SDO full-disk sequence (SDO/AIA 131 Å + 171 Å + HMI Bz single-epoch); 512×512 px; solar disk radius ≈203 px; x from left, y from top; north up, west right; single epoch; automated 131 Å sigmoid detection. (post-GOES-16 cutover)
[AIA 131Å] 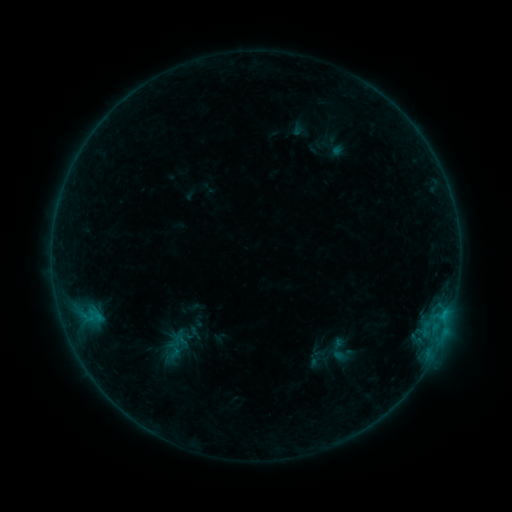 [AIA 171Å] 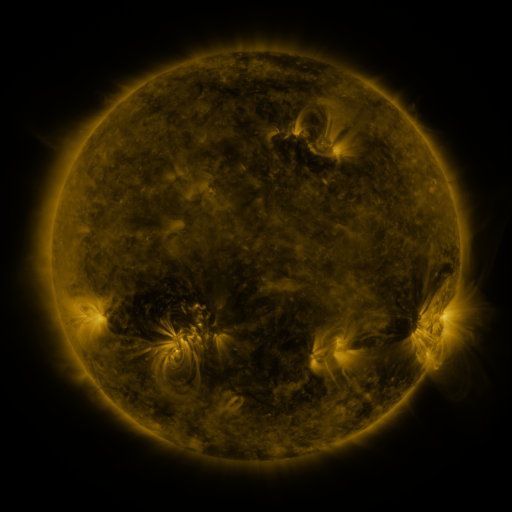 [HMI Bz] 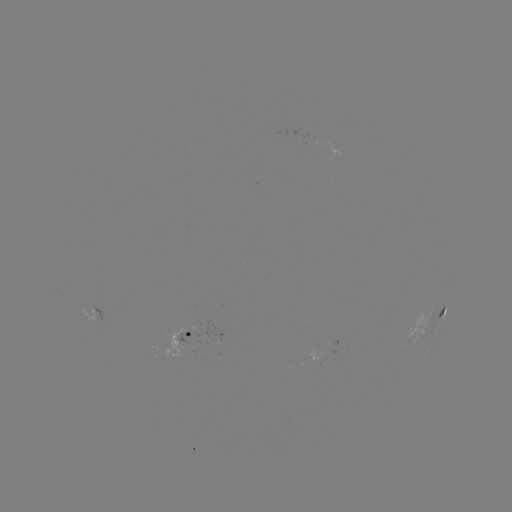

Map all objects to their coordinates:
sigmoid: (175, 346)
sigmoid: (338, 350)
